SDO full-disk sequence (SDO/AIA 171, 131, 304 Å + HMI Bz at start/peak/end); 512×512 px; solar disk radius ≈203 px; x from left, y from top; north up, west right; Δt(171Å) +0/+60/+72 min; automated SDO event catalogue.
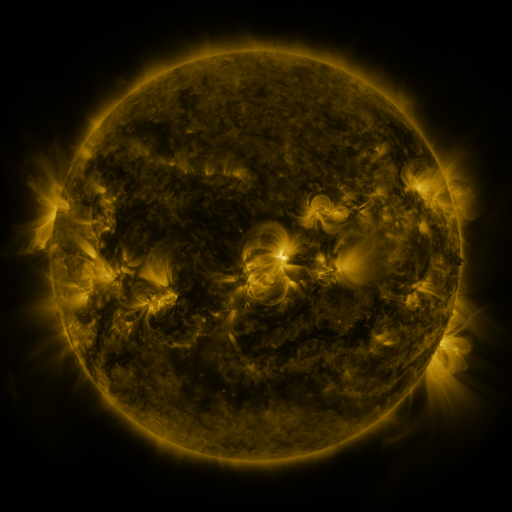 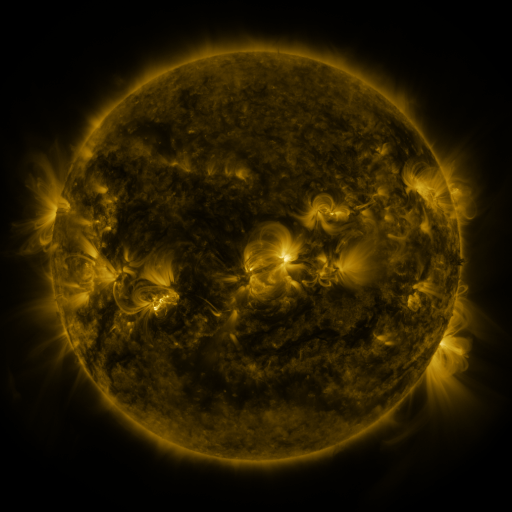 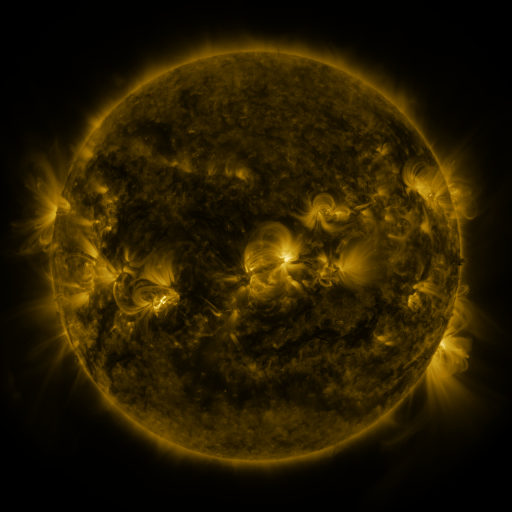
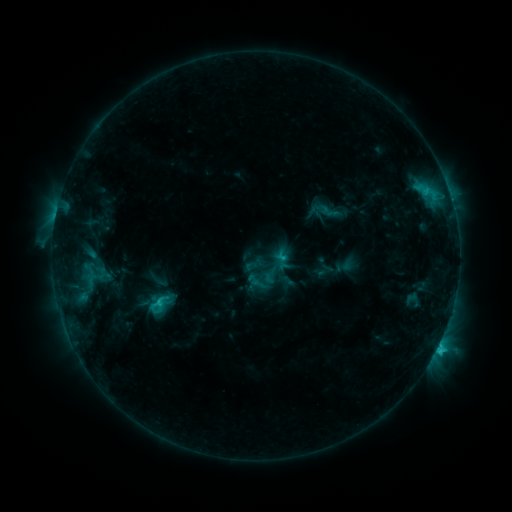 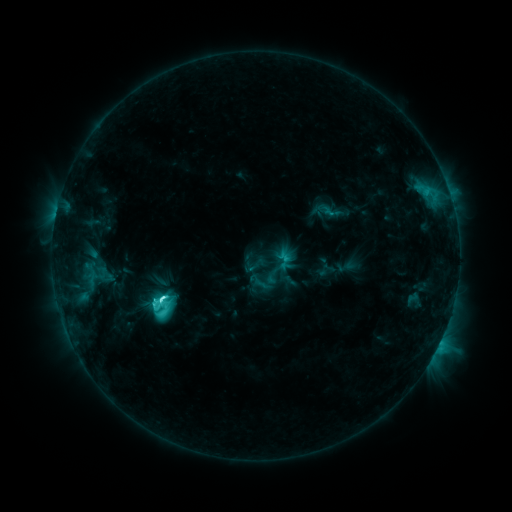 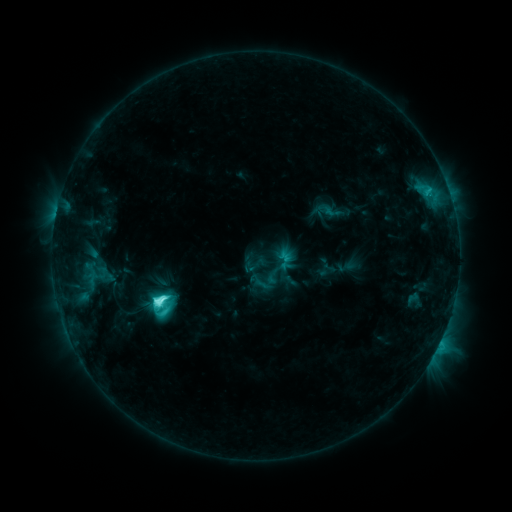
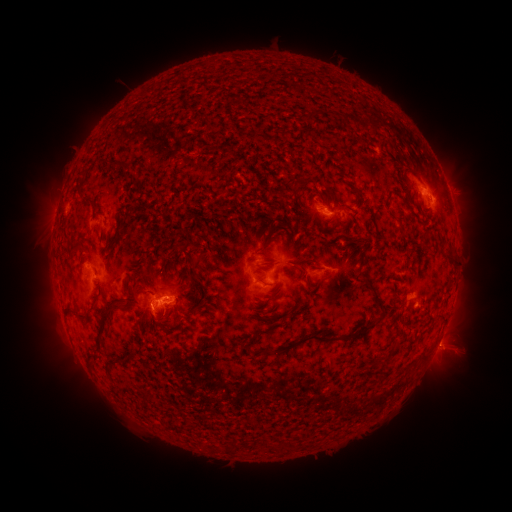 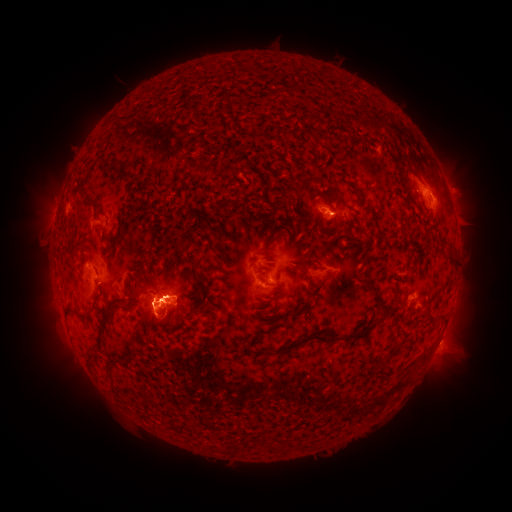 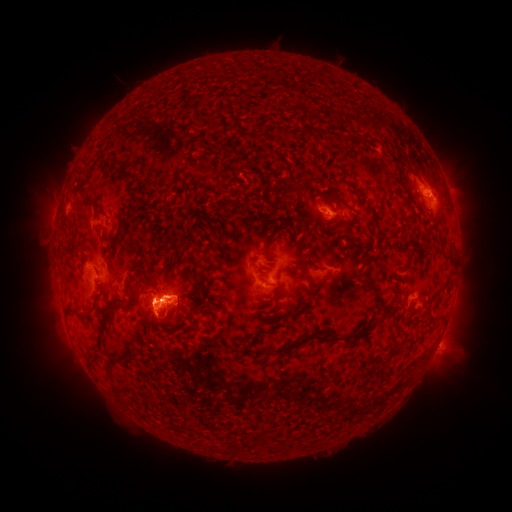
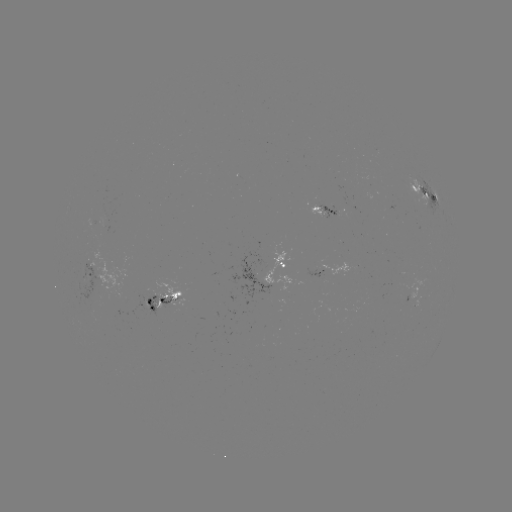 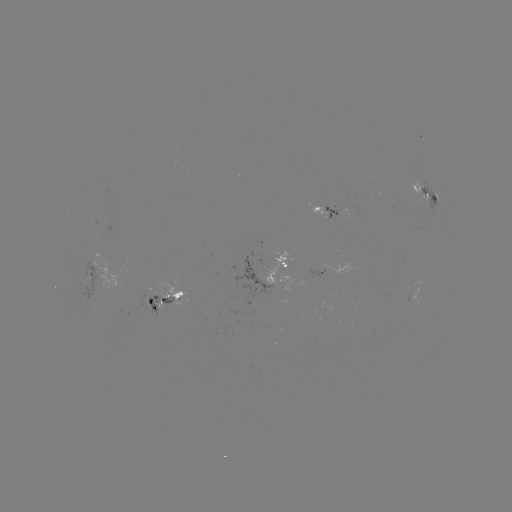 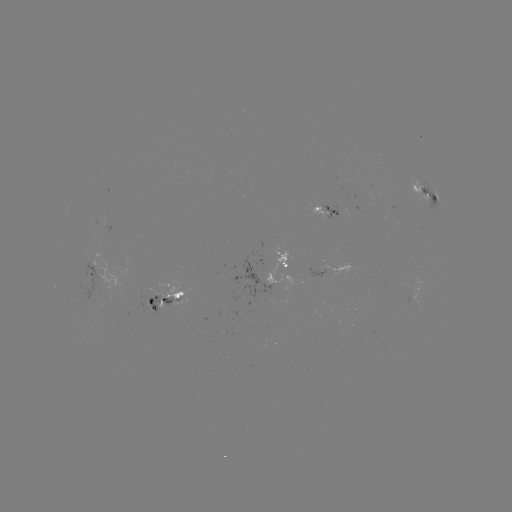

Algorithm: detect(emerging-flux region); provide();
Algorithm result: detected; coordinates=(328, 212)